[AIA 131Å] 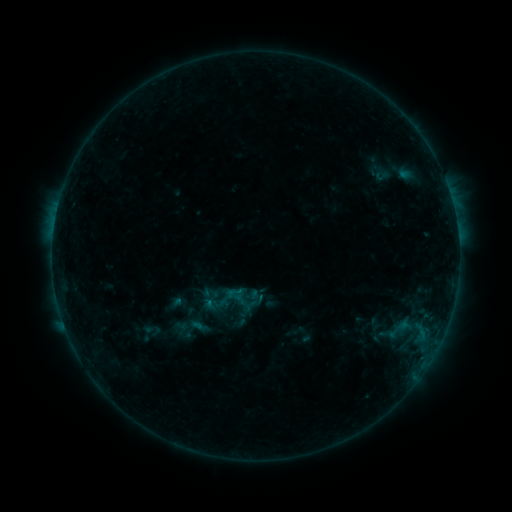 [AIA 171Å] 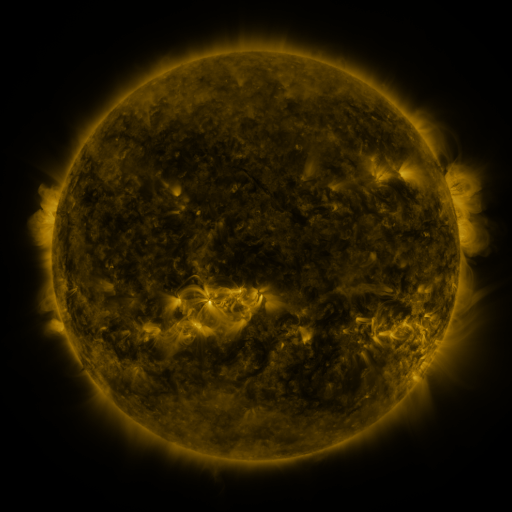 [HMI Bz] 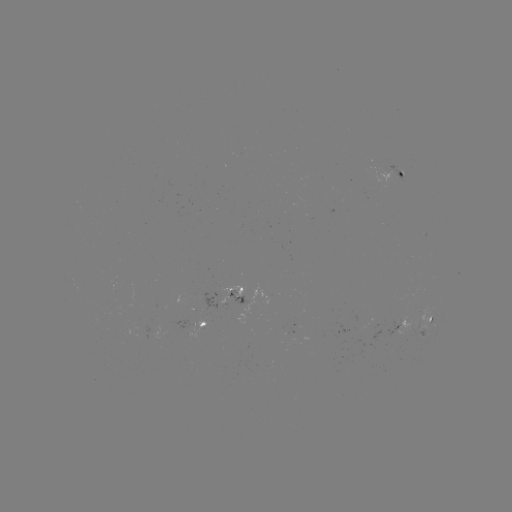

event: sigmoid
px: (234, 293)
